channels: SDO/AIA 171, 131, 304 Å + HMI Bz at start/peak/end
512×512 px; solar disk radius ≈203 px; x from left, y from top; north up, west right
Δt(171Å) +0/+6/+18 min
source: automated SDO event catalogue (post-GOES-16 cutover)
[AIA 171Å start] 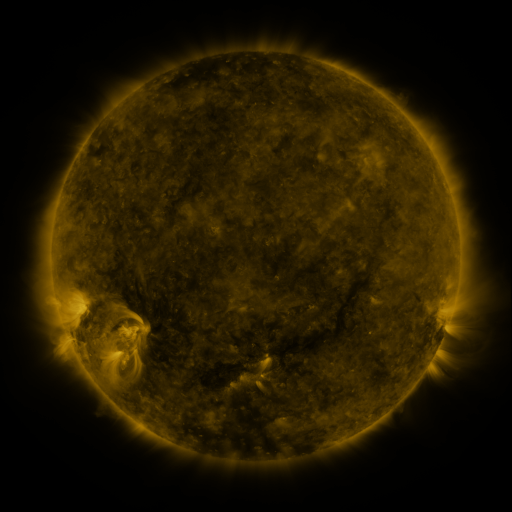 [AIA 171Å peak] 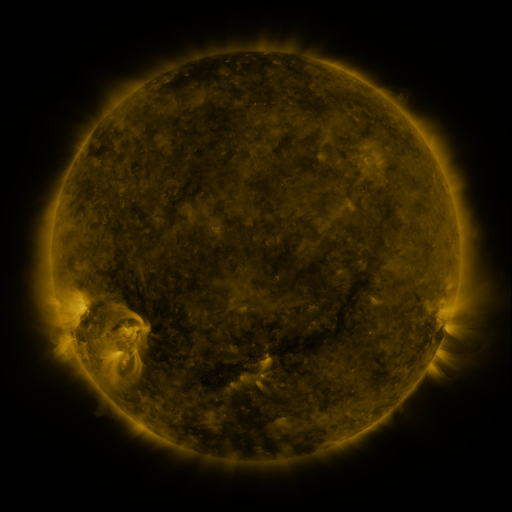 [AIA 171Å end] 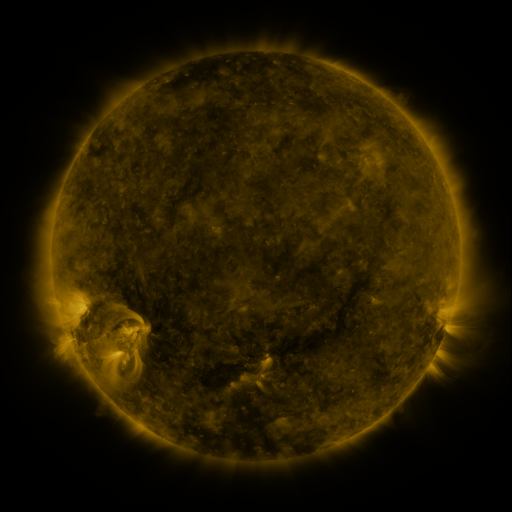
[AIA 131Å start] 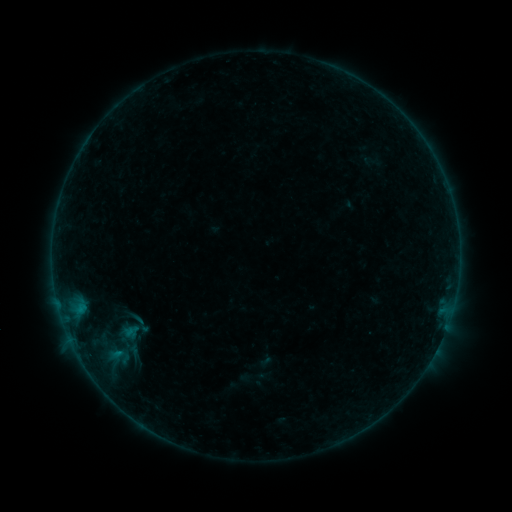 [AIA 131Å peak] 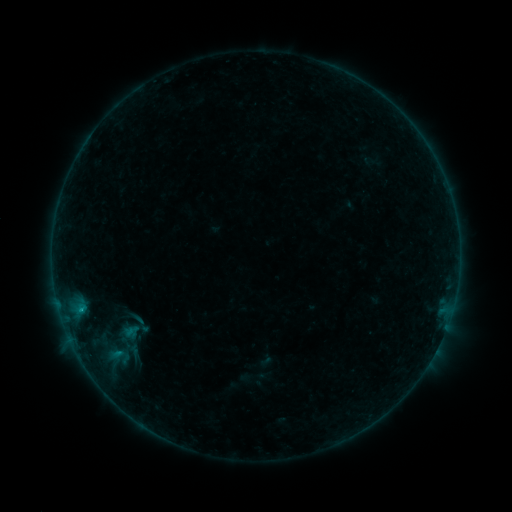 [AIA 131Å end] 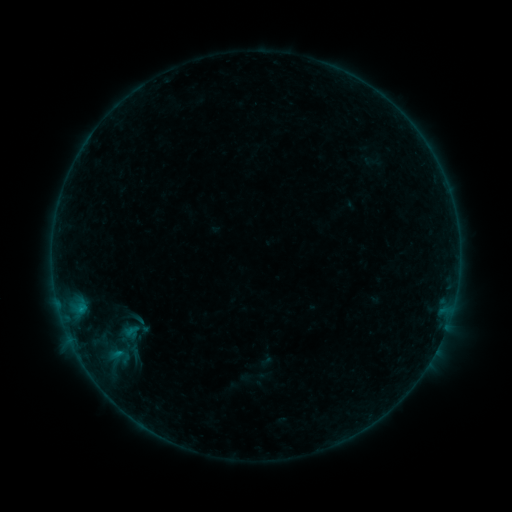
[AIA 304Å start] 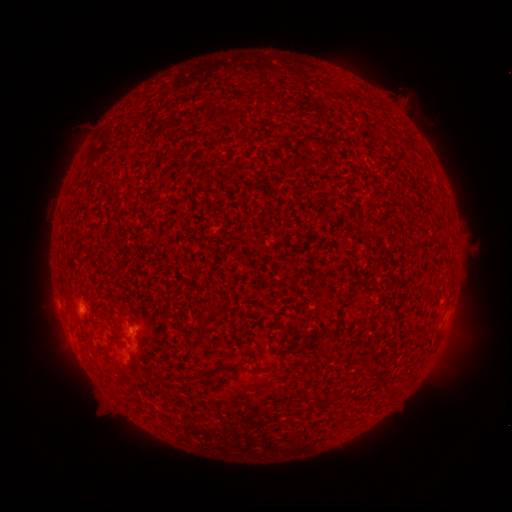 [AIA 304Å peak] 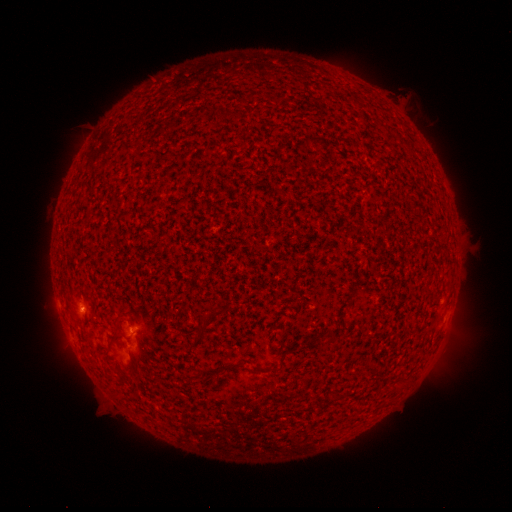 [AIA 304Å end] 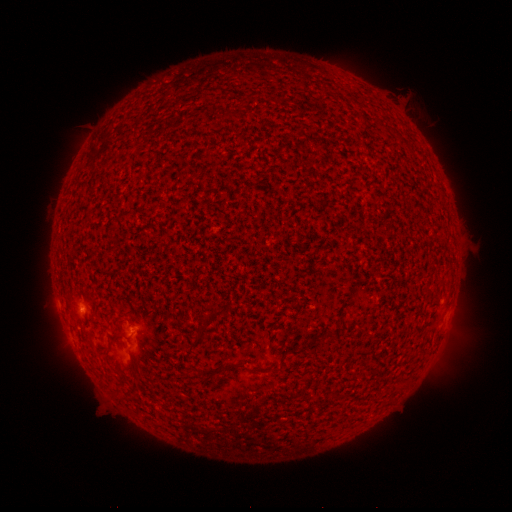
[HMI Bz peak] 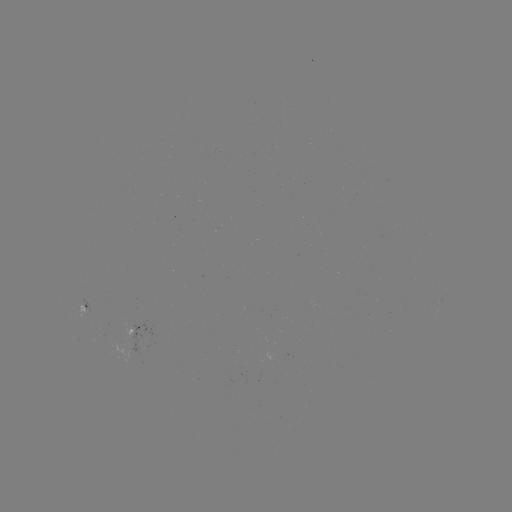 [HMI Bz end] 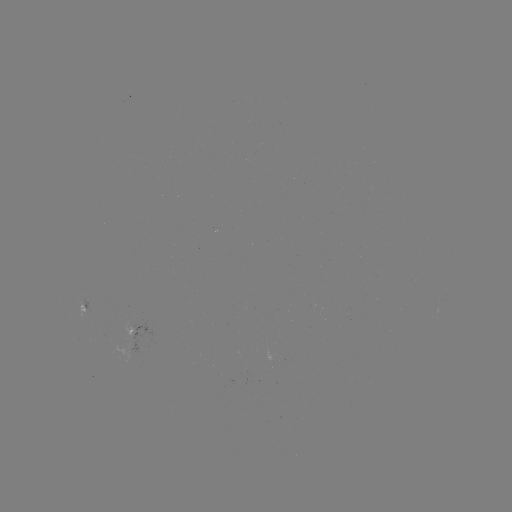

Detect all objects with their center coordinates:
B2.5 flare: (80, 307)
